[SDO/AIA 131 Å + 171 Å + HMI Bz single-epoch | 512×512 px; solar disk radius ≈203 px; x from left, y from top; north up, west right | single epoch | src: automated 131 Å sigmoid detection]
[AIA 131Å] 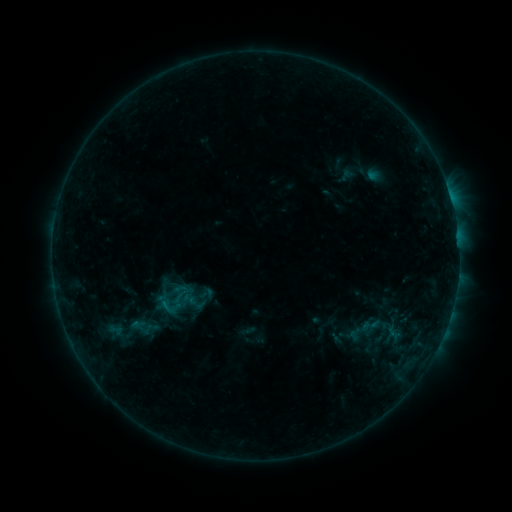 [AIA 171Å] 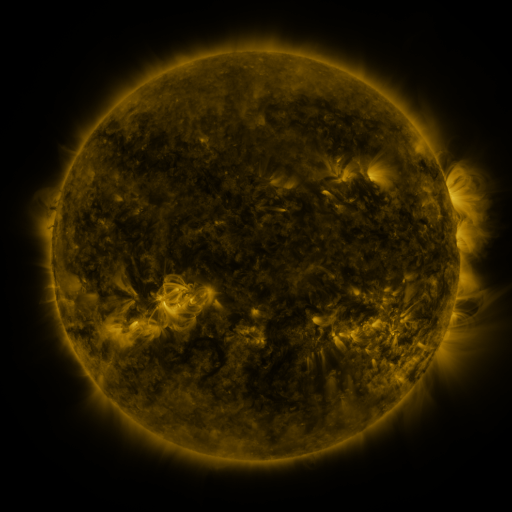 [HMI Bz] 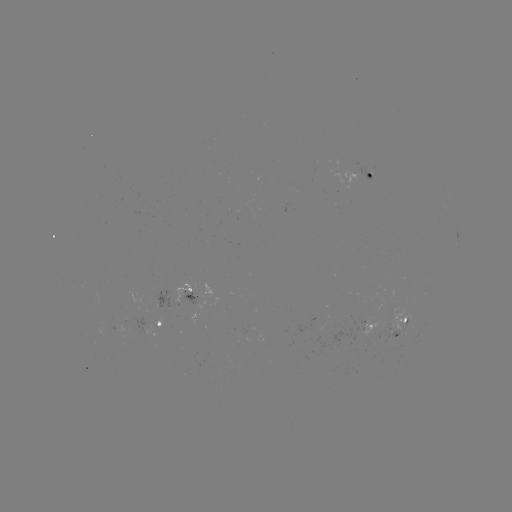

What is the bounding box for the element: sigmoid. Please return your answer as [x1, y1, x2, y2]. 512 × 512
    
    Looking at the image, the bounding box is [197, 285, 216, 303].